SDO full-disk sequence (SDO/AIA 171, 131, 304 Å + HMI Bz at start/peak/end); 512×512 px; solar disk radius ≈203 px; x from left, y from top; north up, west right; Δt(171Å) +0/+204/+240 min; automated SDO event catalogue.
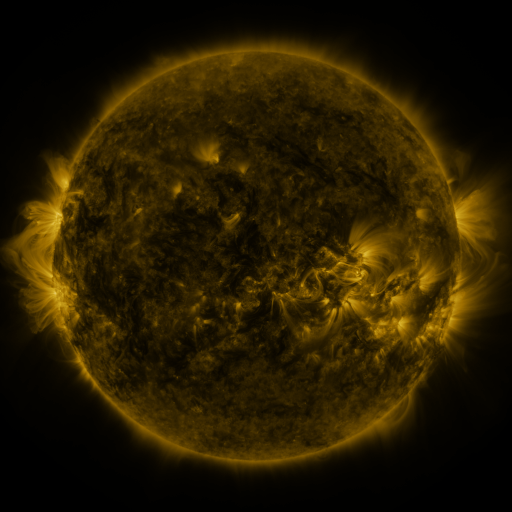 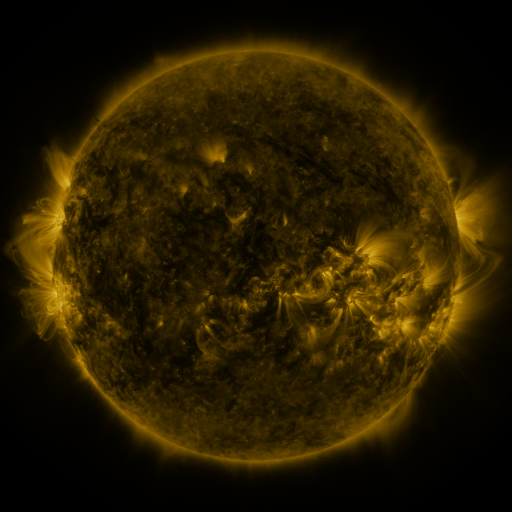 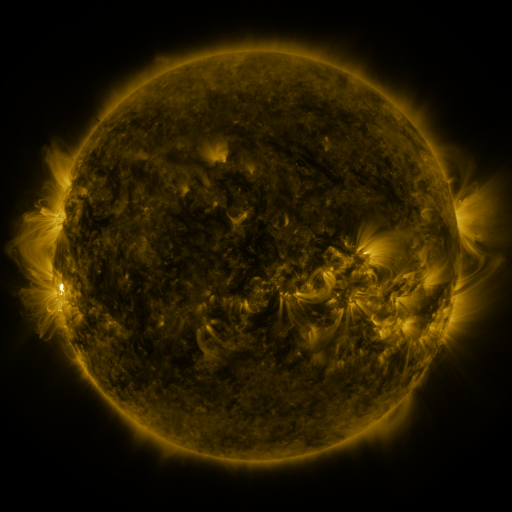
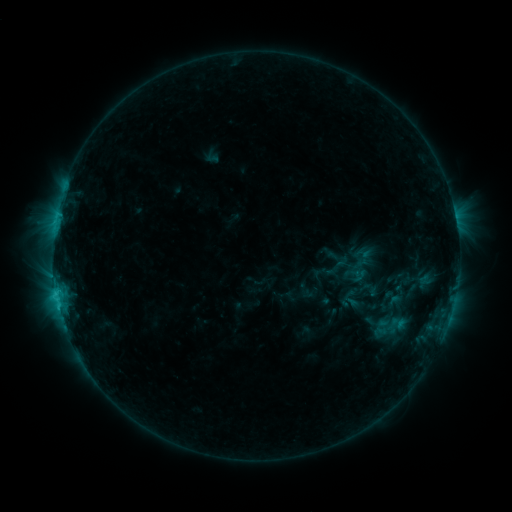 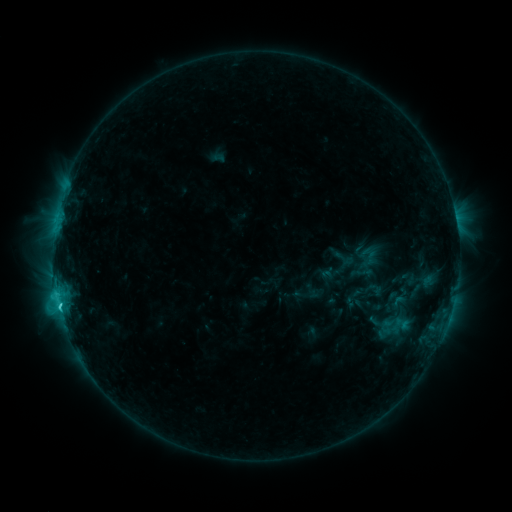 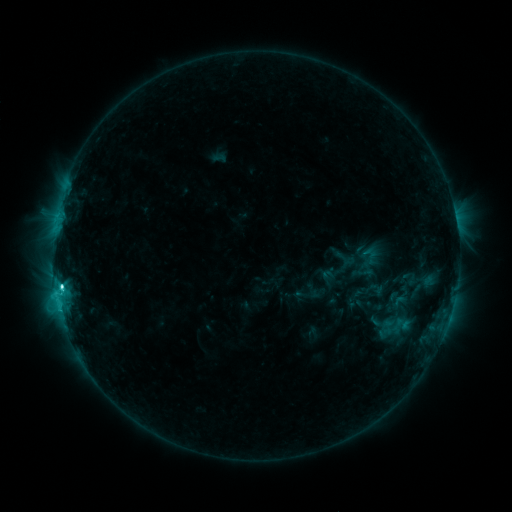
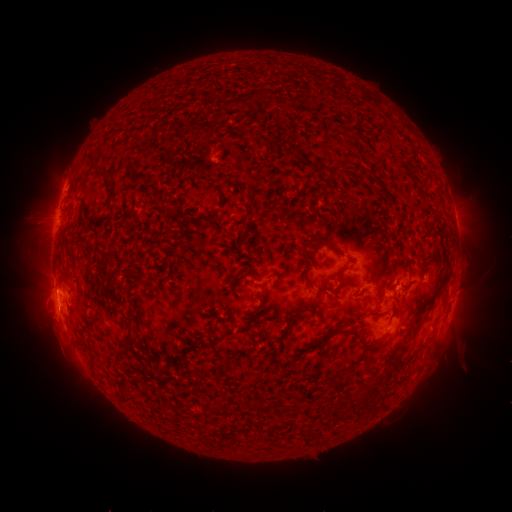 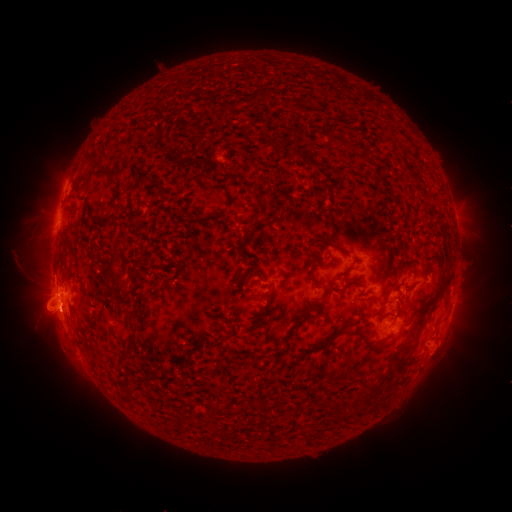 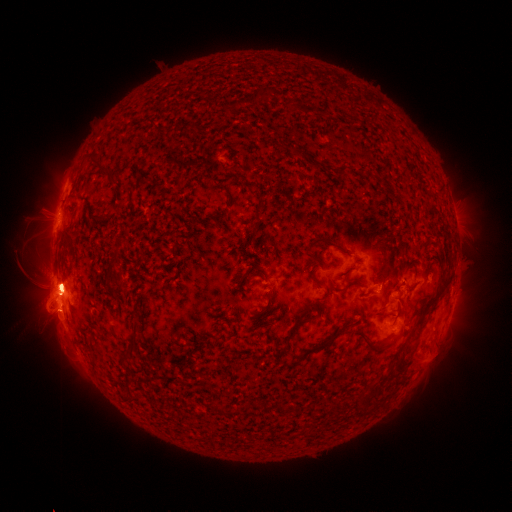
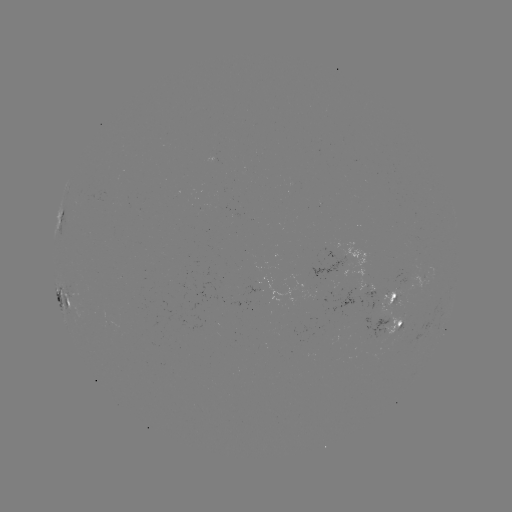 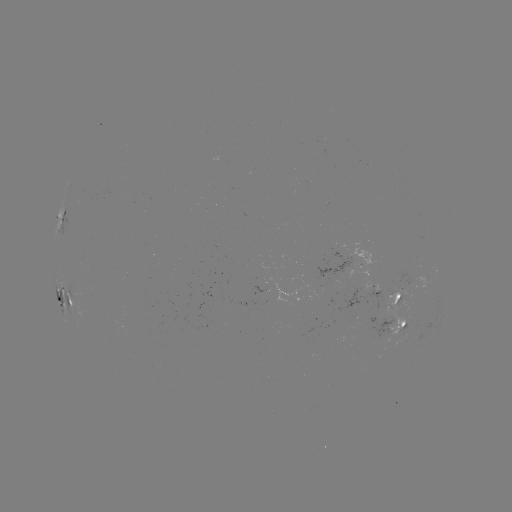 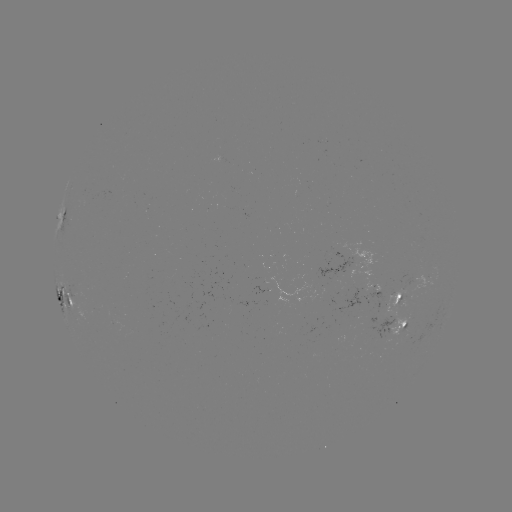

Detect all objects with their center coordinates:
emerging-flux region: (367, 274)
